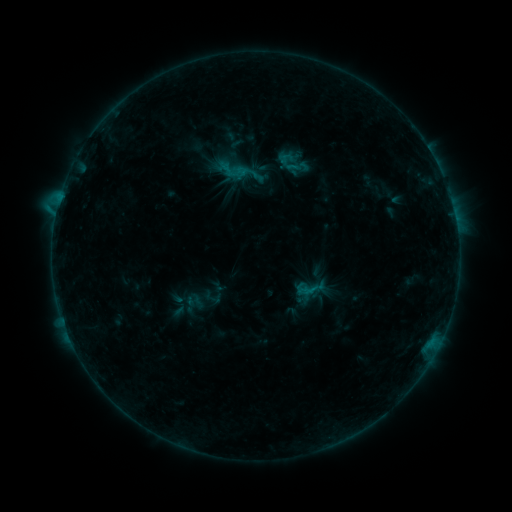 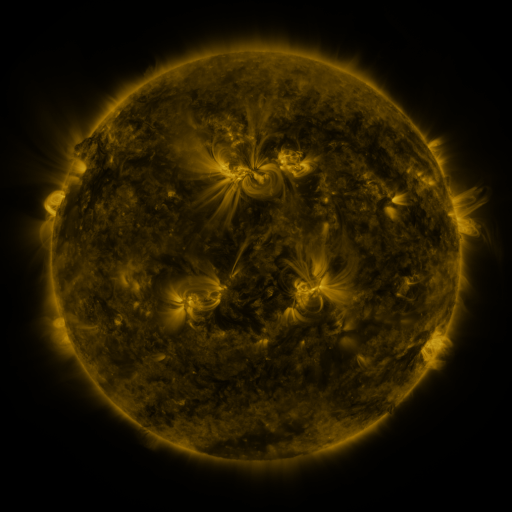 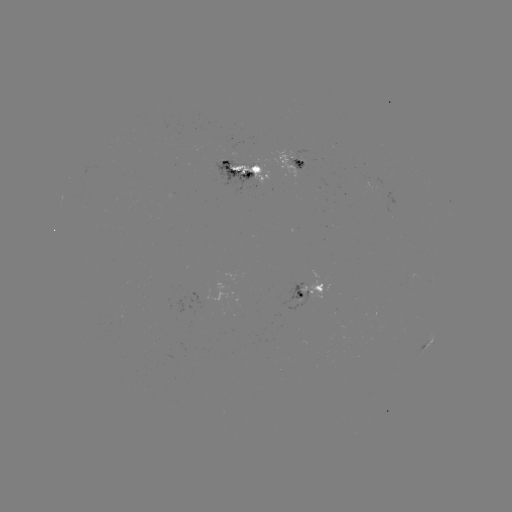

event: sigmoid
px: (246, 172)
